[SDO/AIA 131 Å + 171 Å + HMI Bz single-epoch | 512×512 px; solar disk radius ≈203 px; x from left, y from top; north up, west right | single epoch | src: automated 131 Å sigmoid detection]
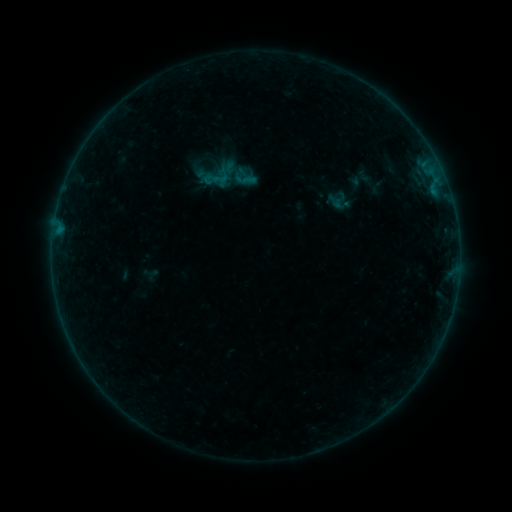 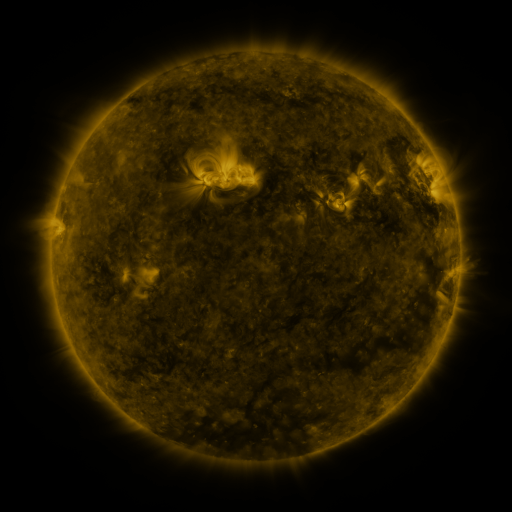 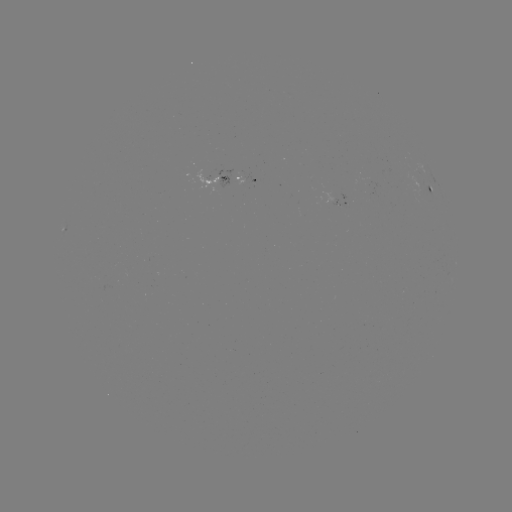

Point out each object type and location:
sigmoid: (245, 178)
sigmoid: (220, 179)
